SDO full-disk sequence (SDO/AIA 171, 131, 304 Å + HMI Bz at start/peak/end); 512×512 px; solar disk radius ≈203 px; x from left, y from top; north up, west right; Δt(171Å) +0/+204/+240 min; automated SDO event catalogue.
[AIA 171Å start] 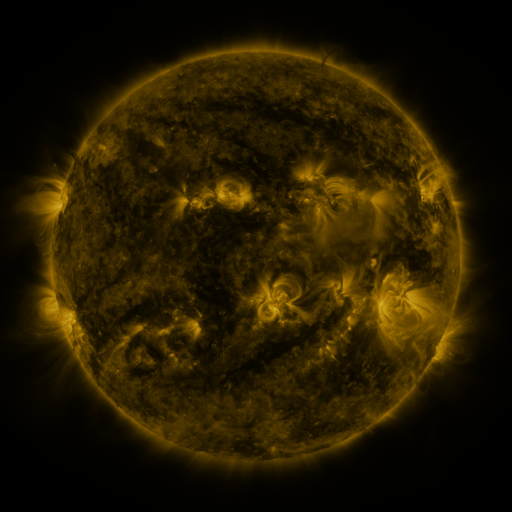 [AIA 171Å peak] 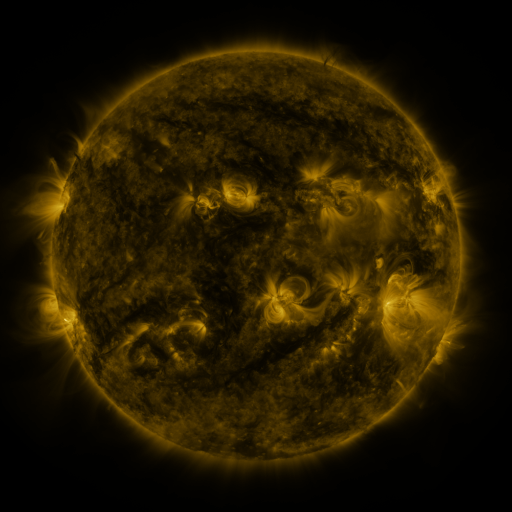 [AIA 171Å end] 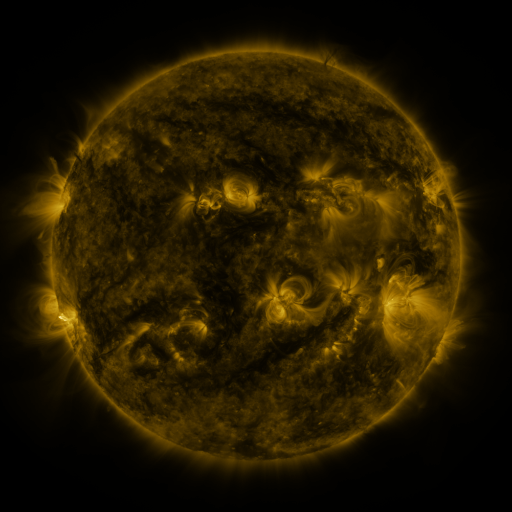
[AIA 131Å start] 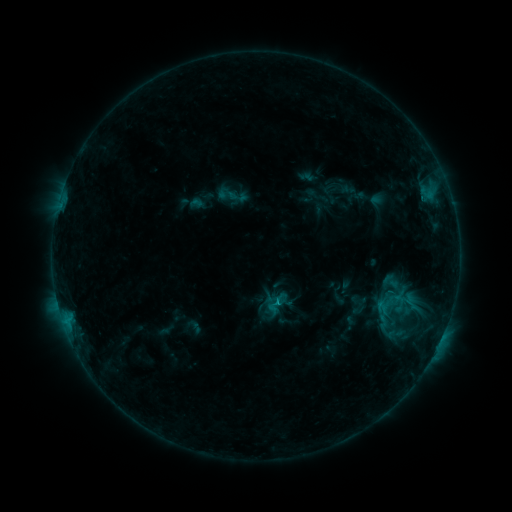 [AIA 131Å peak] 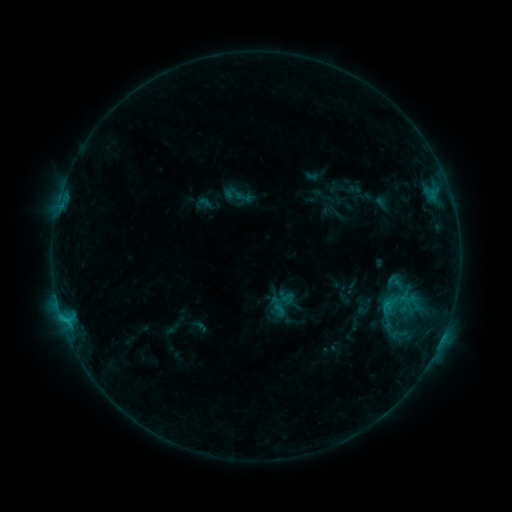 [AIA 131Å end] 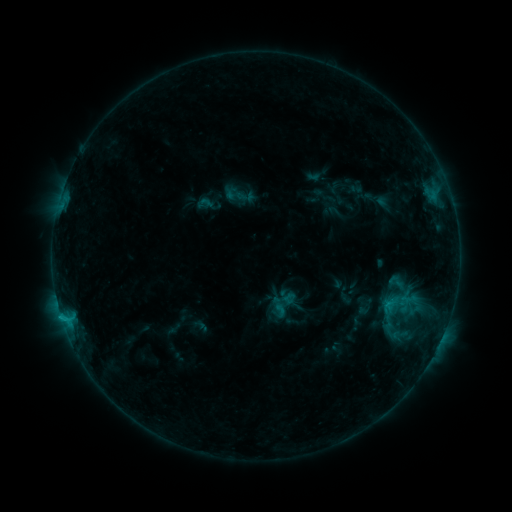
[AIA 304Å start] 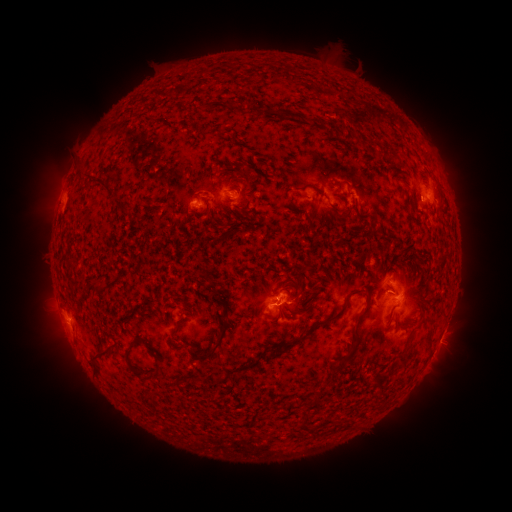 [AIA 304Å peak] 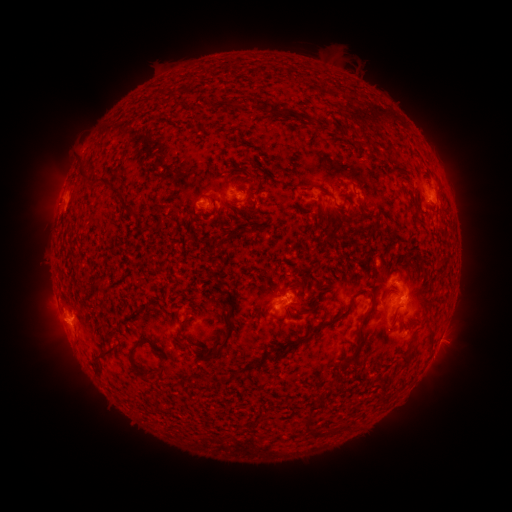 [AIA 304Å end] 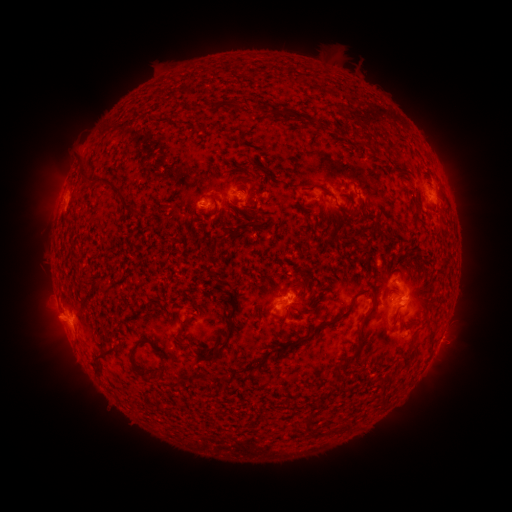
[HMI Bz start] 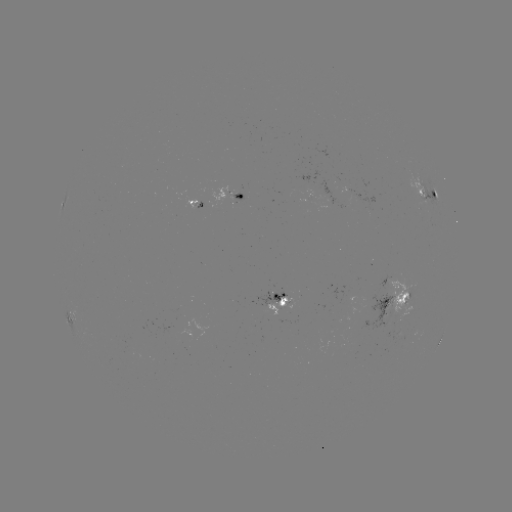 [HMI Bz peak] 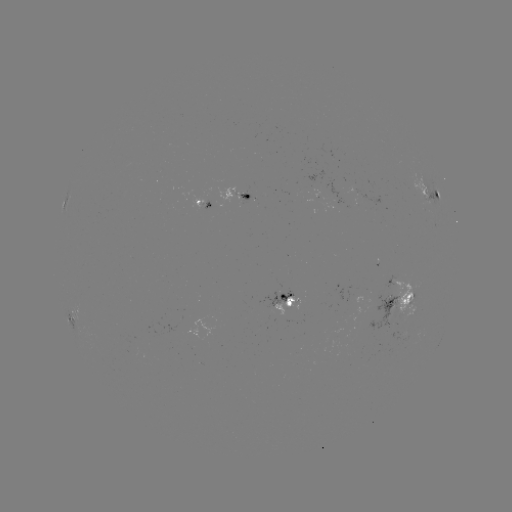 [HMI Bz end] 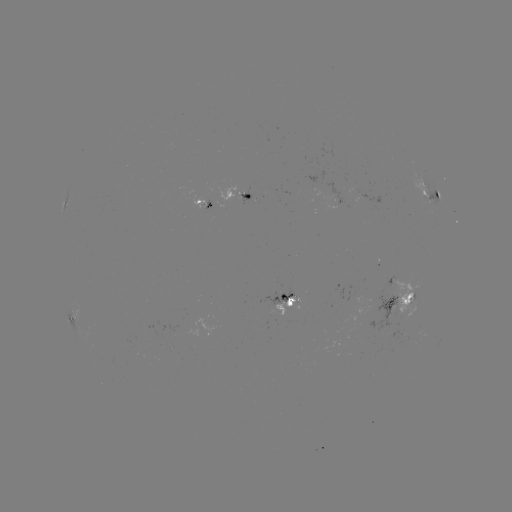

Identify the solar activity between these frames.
emerging-flux region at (209, 196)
